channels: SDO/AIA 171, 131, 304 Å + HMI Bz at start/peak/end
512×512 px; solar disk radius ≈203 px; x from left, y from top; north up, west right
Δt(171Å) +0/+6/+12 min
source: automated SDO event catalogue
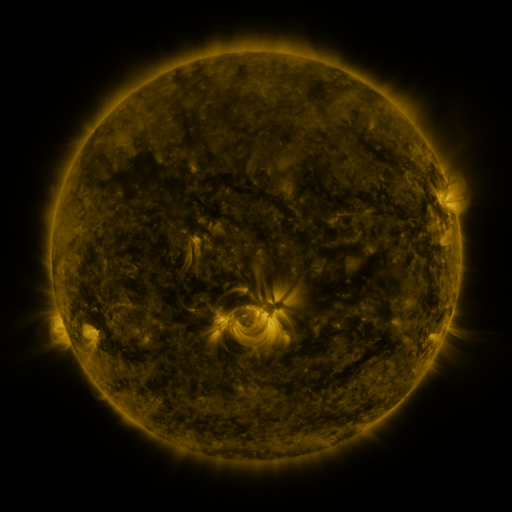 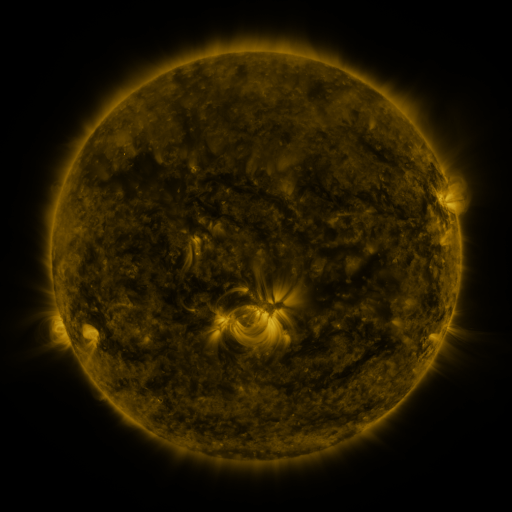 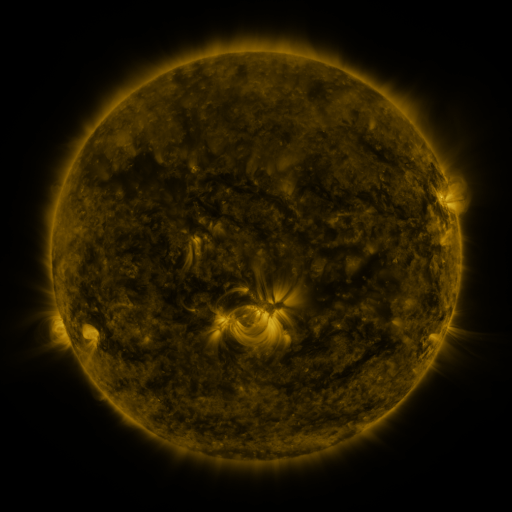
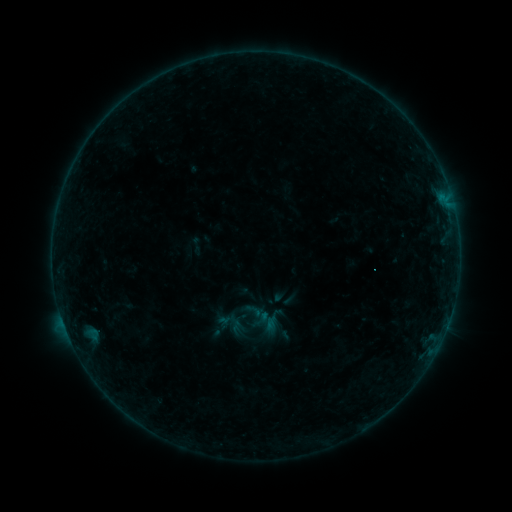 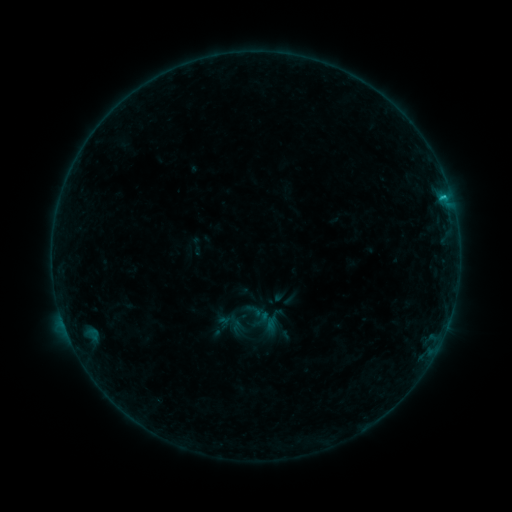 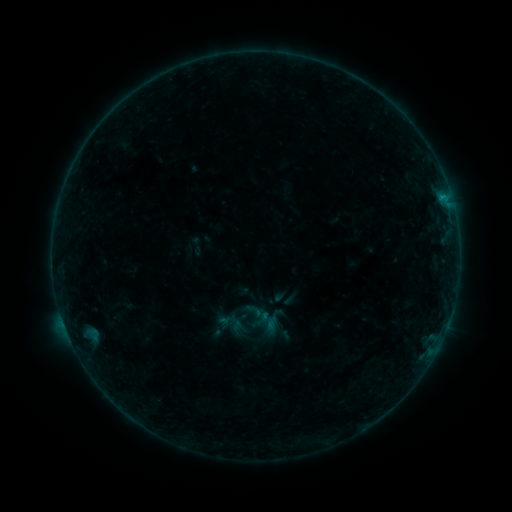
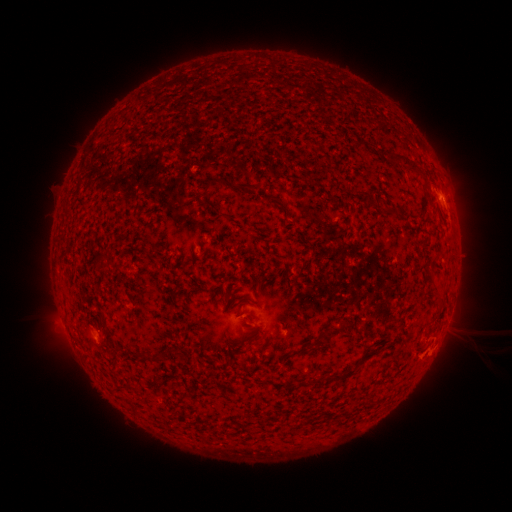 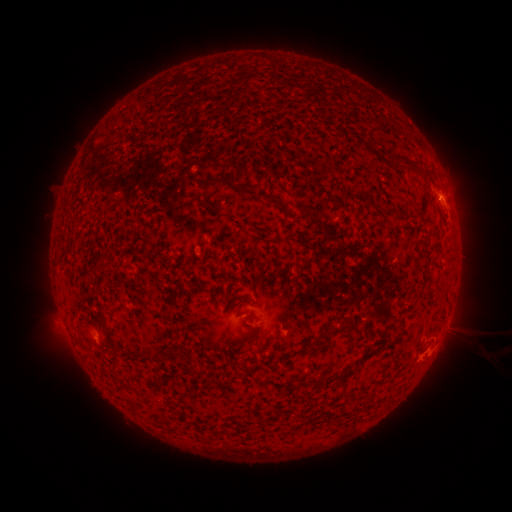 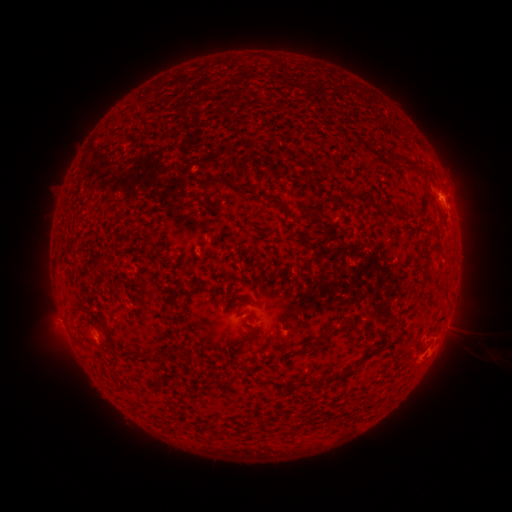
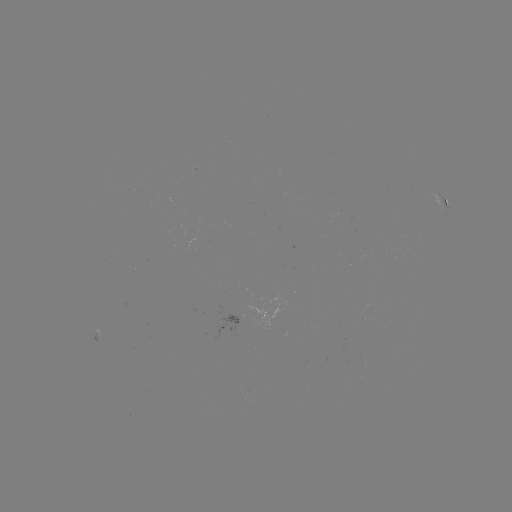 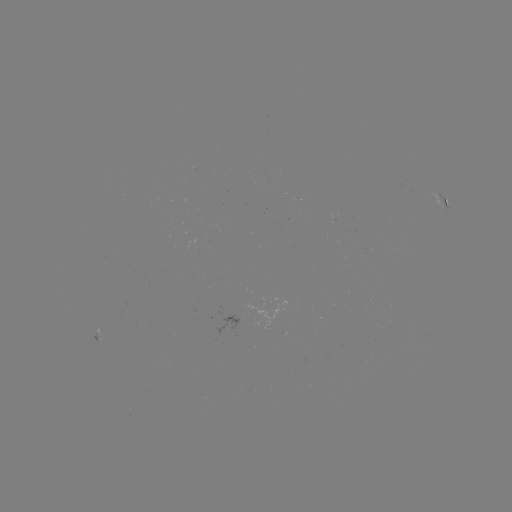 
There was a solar flare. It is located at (442, 199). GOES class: B5.1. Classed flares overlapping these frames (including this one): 1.